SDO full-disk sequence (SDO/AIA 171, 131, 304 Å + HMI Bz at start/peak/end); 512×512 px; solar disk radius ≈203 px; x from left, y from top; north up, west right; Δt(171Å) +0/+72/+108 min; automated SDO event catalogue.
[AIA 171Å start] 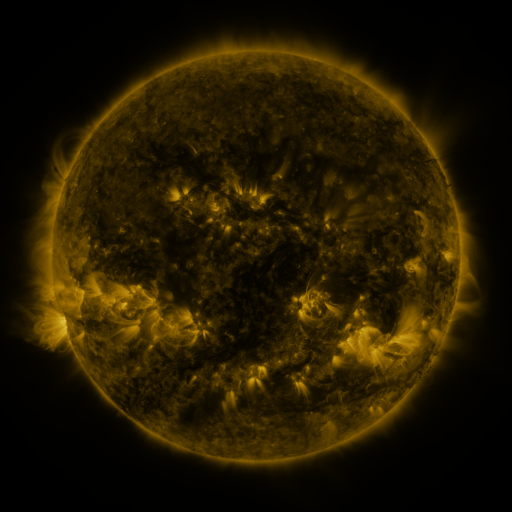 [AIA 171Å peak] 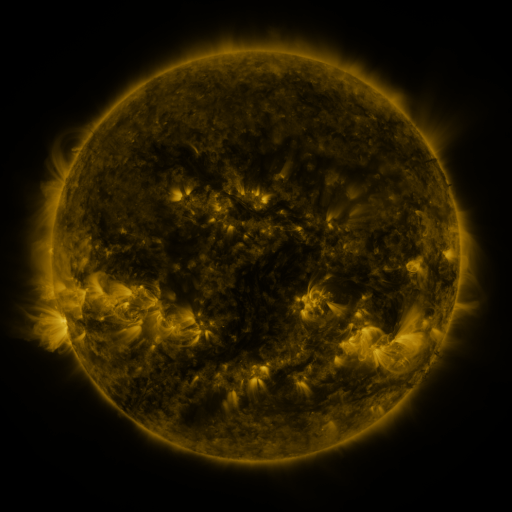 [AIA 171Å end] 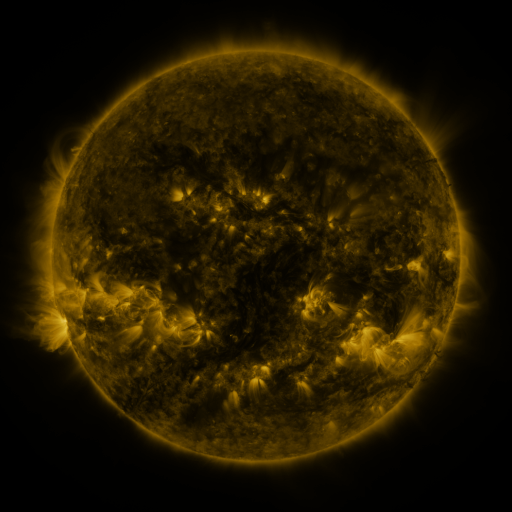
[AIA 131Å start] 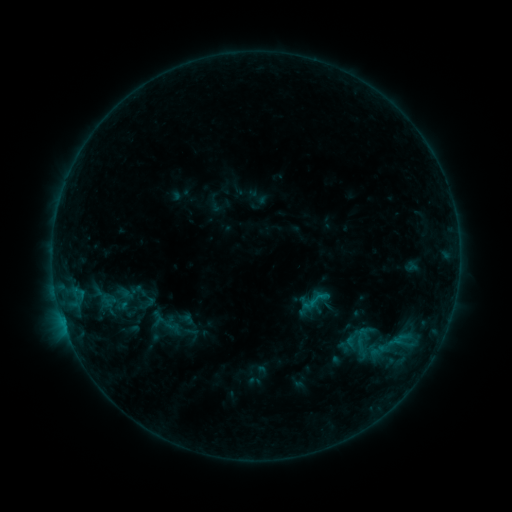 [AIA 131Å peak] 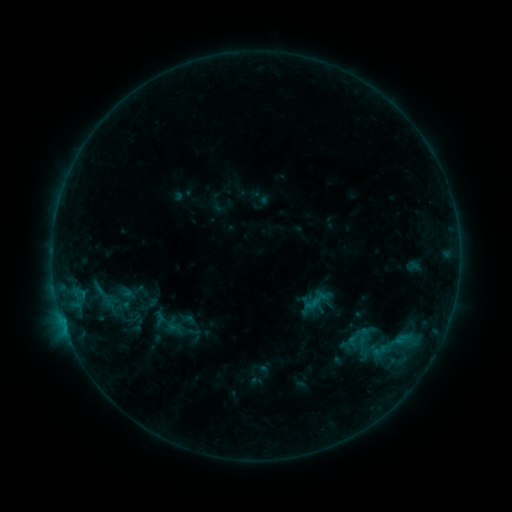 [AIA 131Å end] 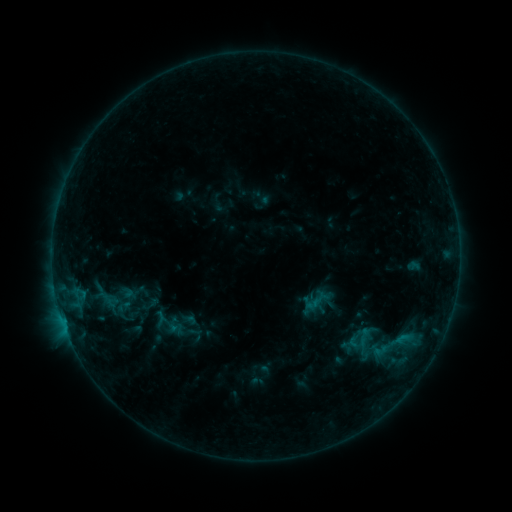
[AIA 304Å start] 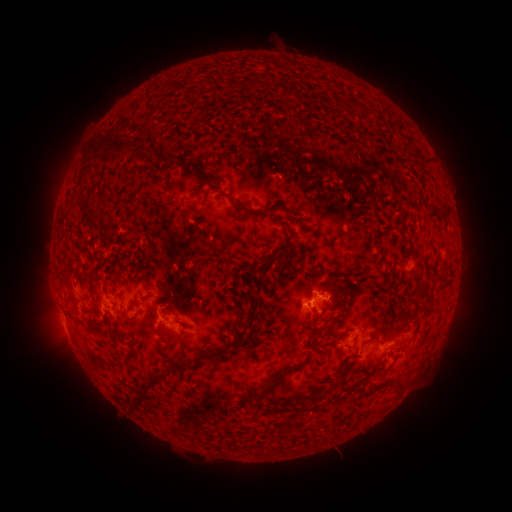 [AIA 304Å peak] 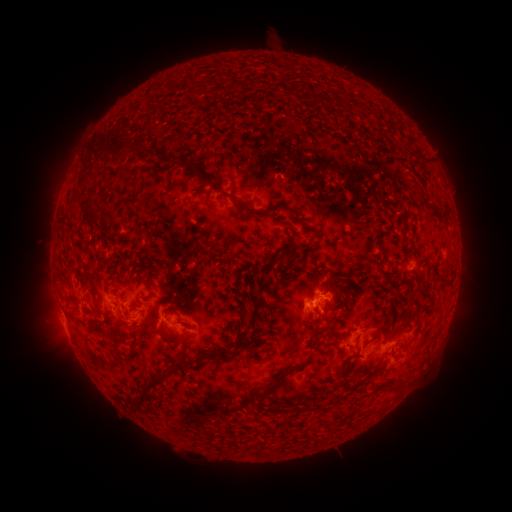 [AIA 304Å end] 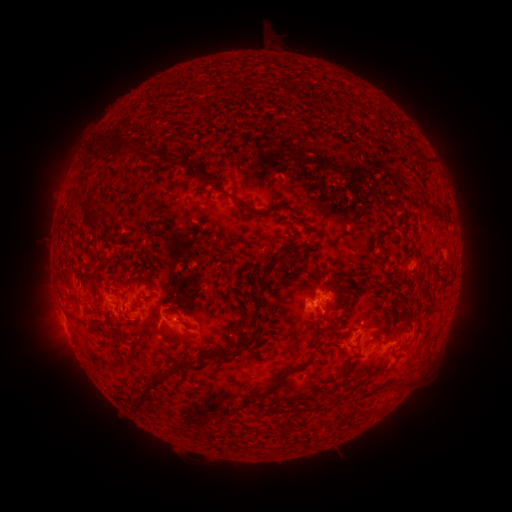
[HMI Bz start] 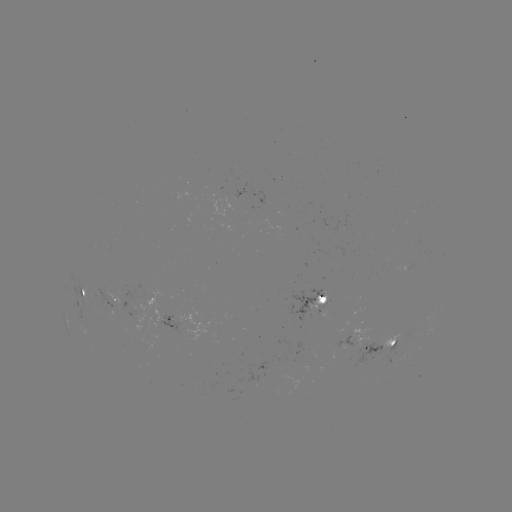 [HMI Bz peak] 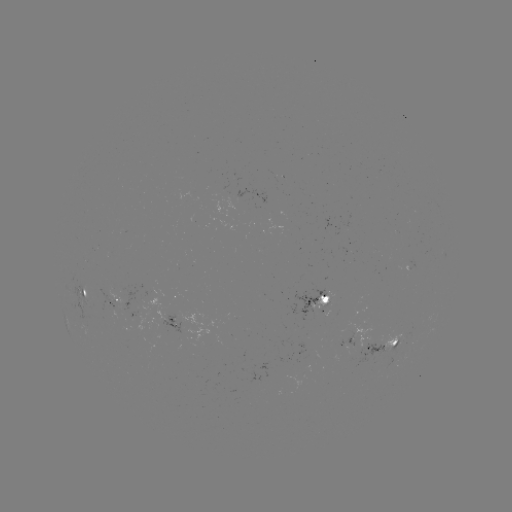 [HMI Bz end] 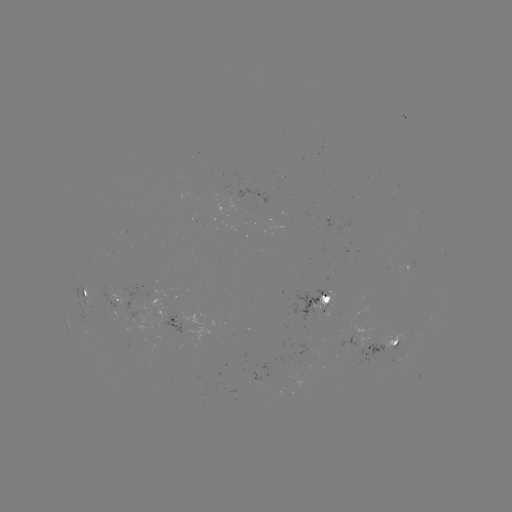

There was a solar emerging-flux region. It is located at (409, 266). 